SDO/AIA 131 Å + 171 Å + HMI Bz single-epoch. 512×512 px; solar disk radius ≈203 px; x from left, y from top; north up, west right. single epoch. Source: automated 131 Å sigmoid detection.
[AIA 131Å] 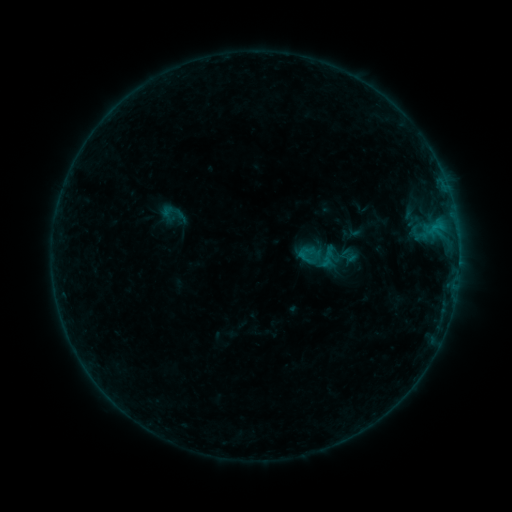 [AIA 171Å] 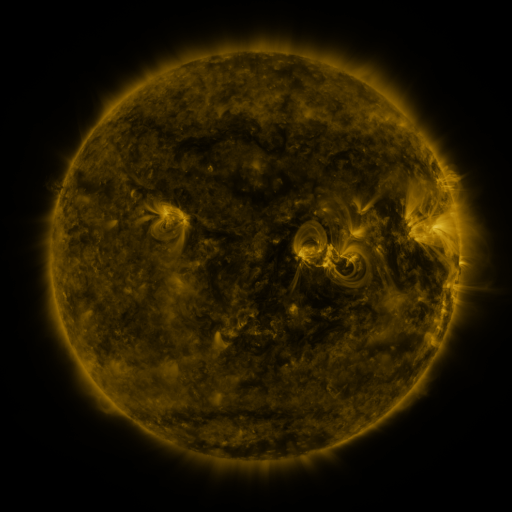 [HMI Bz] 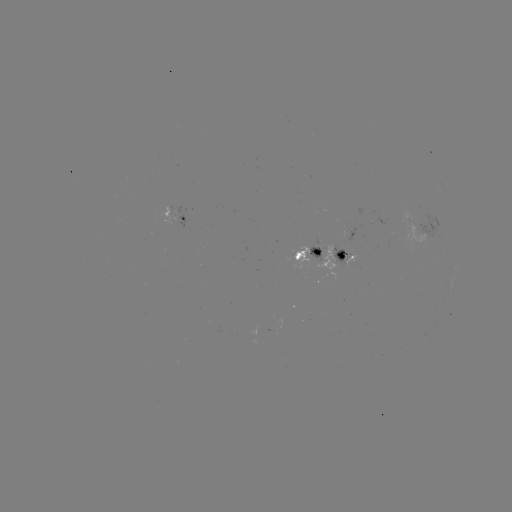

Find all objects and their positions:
sigmoid: (299, 247, 322, 269)
